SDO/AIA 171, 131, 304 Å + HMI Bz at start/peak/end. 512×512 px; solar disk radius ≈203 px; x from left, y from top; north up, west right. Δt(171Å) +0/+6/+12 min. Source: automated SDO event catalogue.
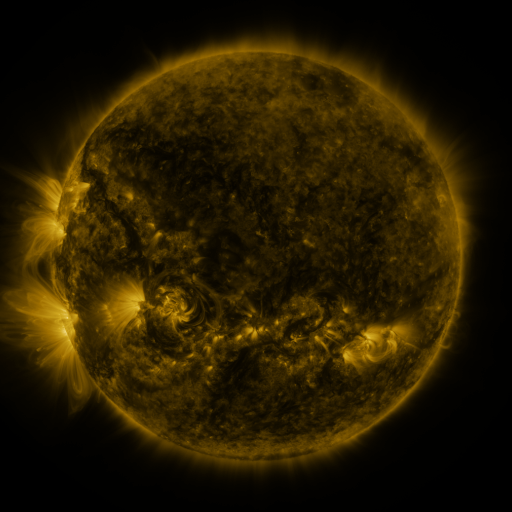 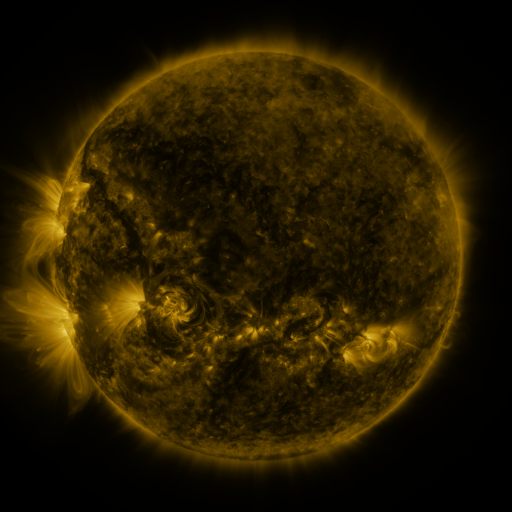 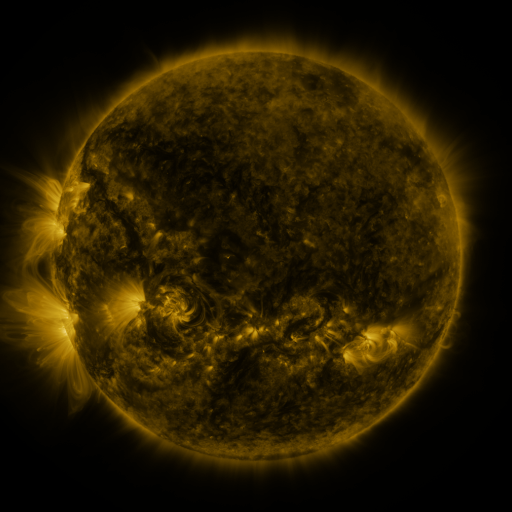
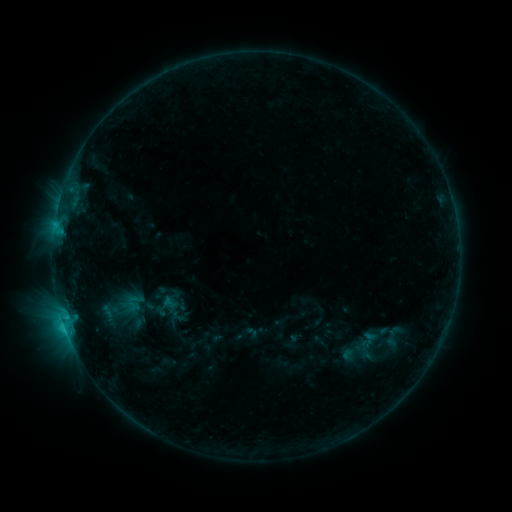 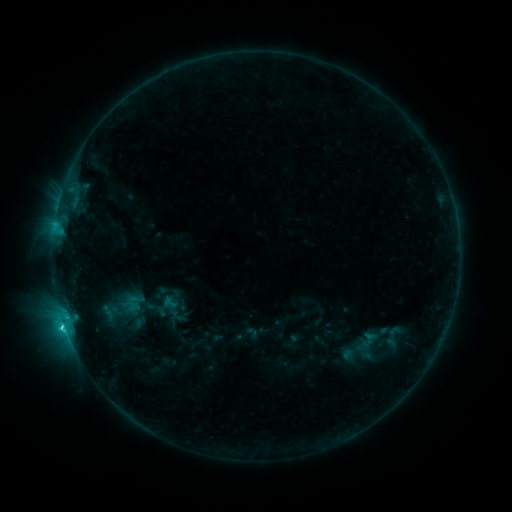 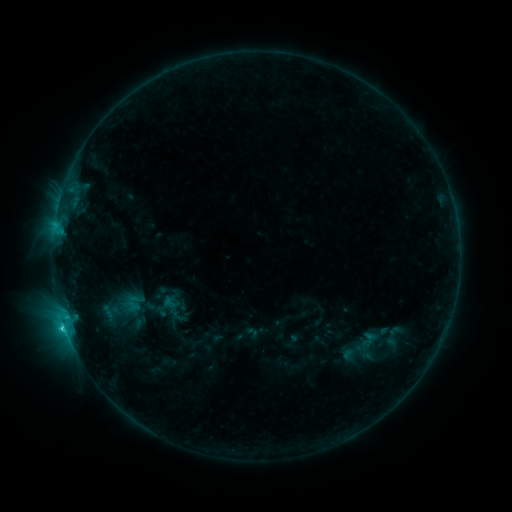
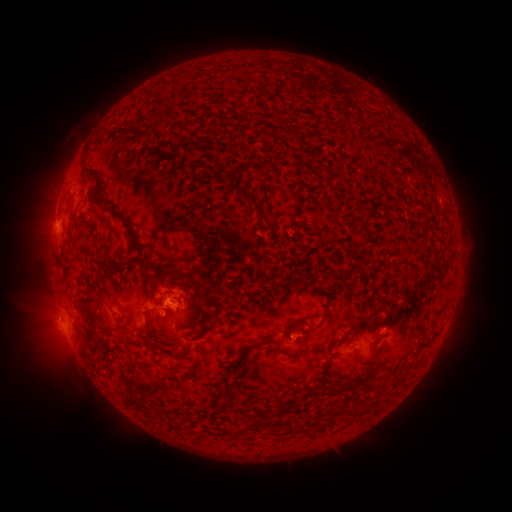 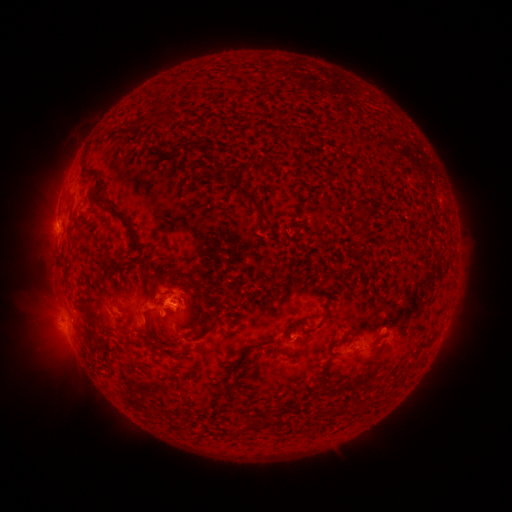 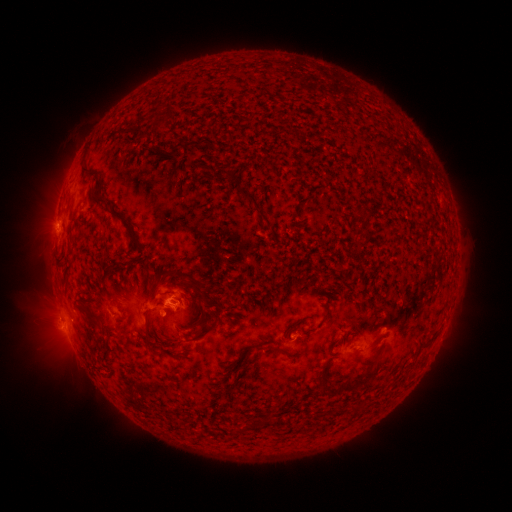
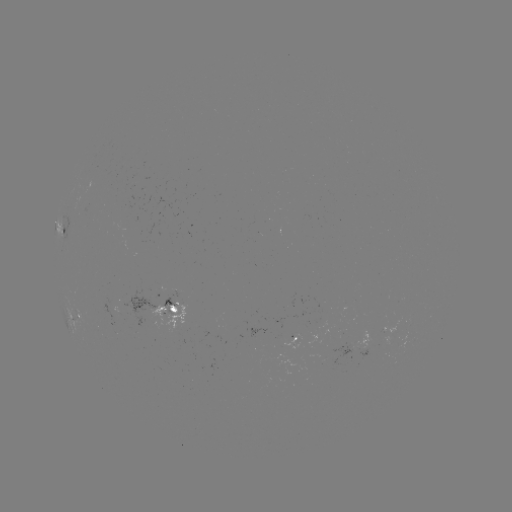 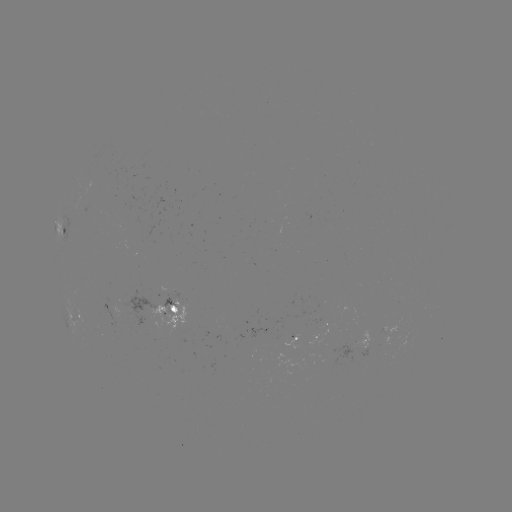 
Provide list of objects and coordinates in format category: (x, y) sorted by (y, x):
C1.5 flare: (66, 322)
